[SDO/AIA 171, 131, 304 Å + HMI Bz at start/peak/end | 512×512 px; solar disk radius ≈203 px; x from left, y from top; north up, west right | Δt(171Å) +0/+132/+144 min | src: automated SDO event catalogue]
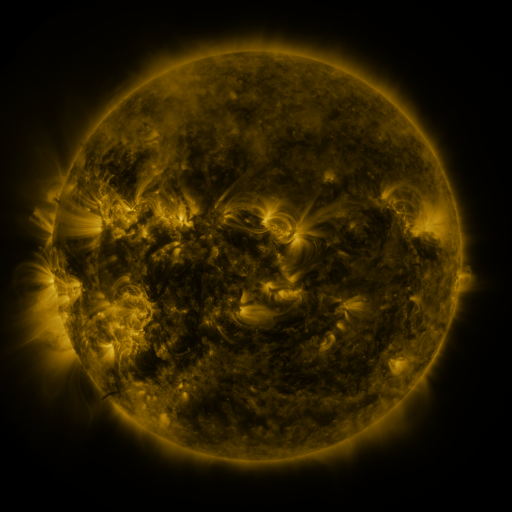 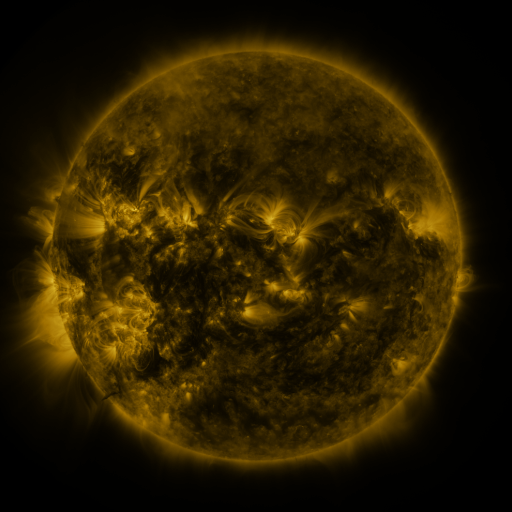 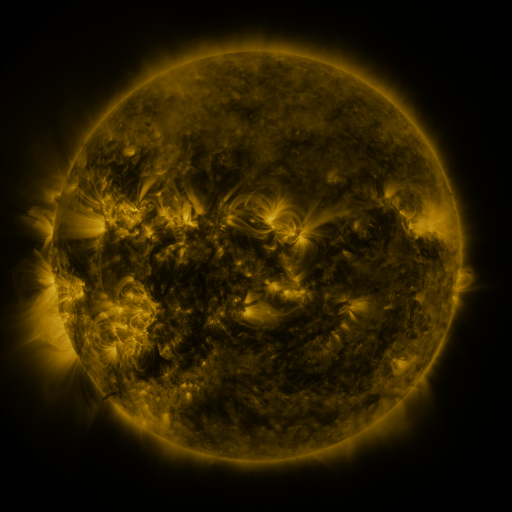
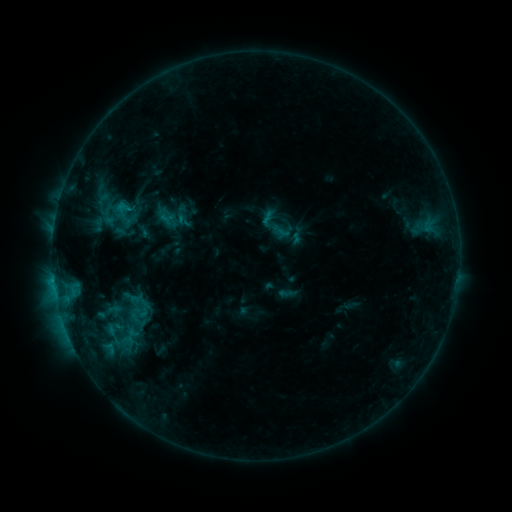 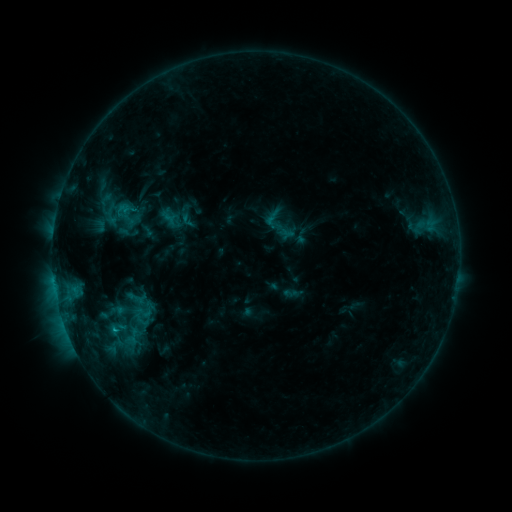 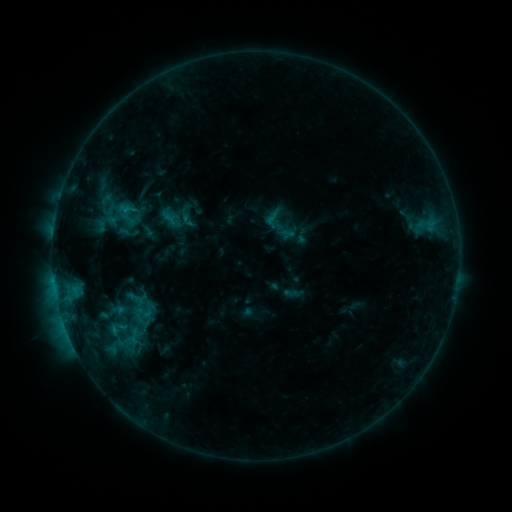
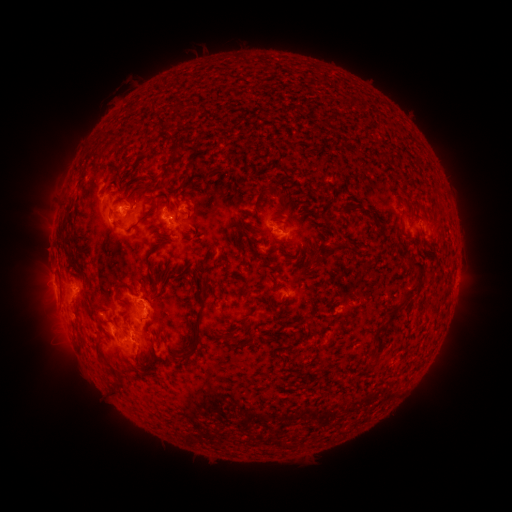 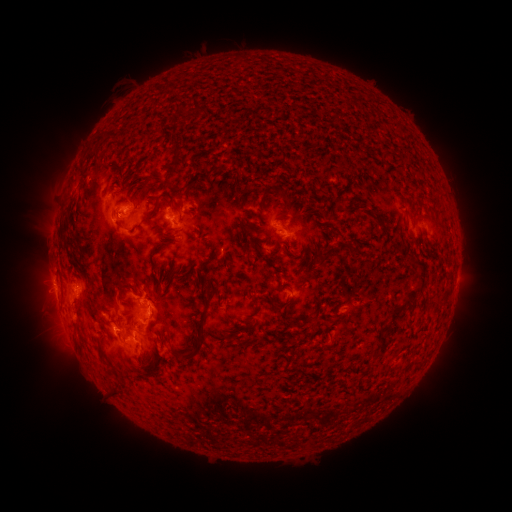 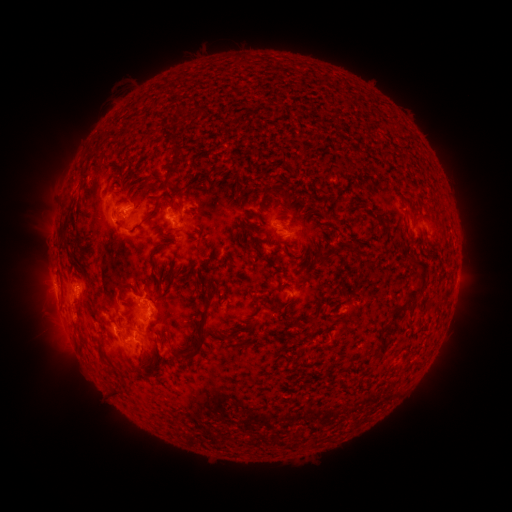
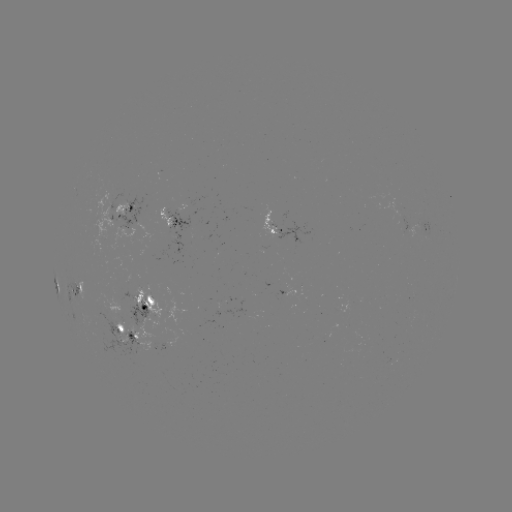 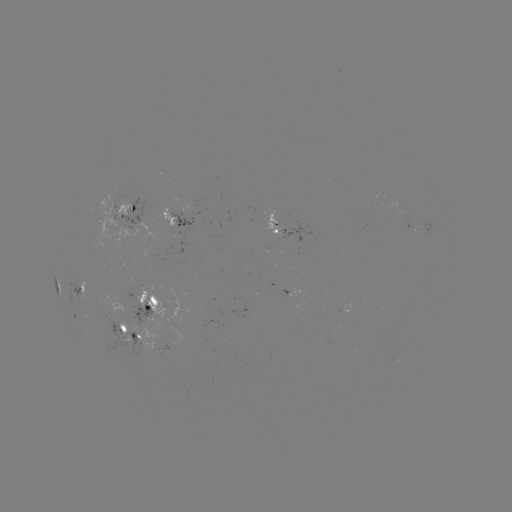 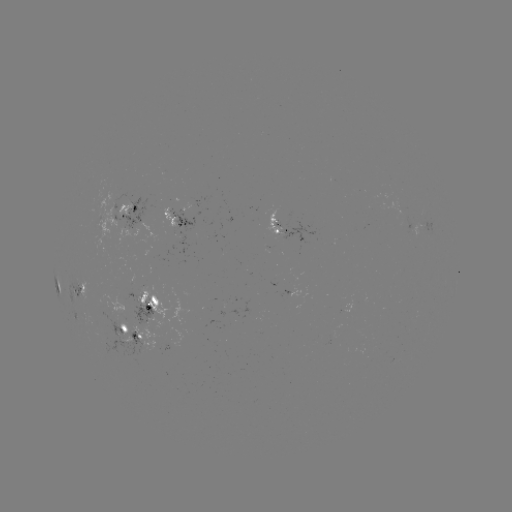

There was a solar emerging-flux region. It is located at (276, 222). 